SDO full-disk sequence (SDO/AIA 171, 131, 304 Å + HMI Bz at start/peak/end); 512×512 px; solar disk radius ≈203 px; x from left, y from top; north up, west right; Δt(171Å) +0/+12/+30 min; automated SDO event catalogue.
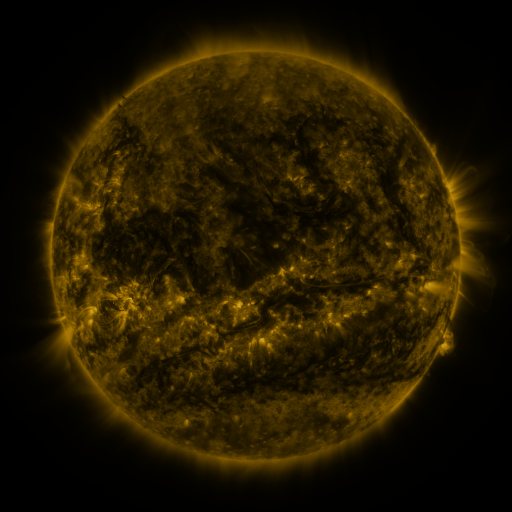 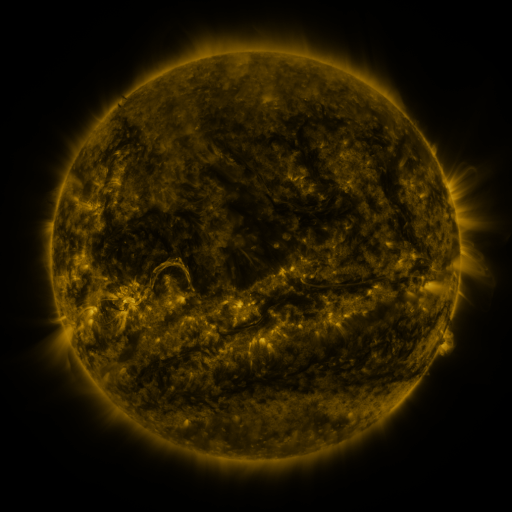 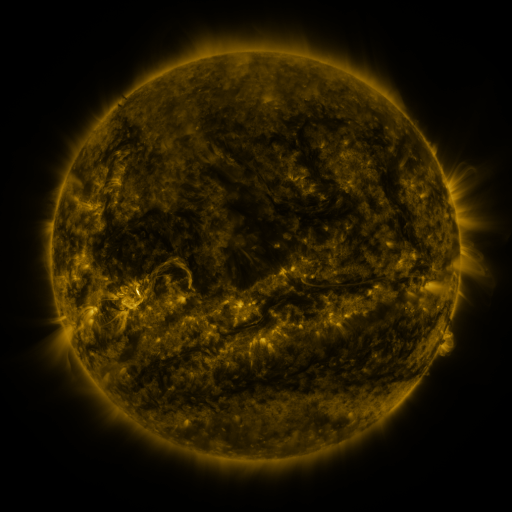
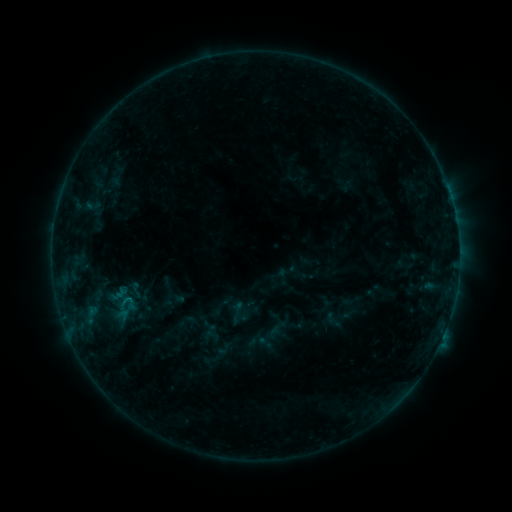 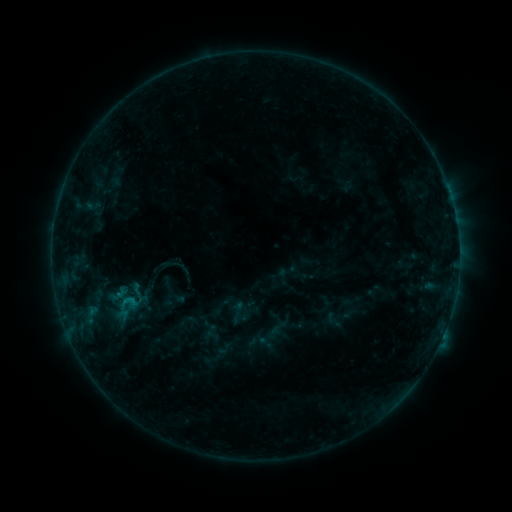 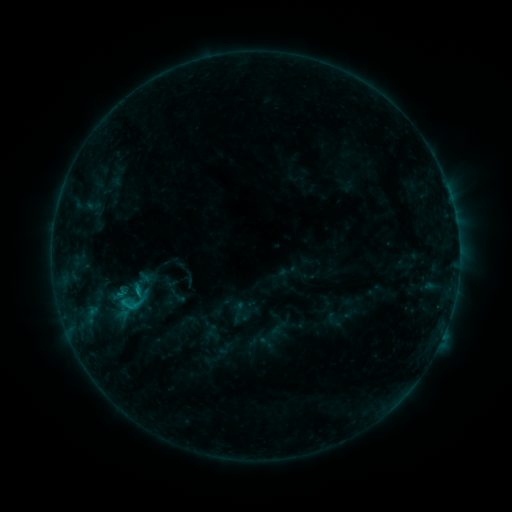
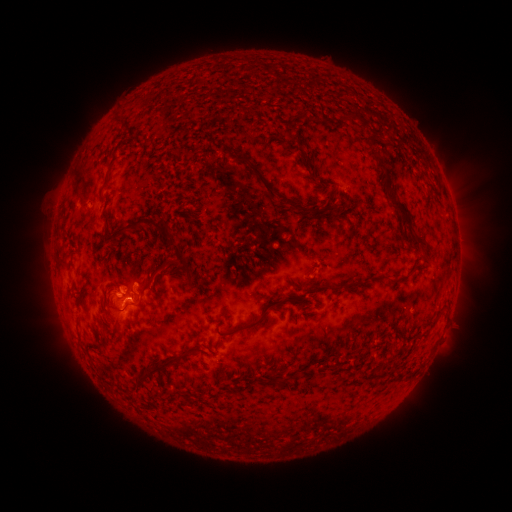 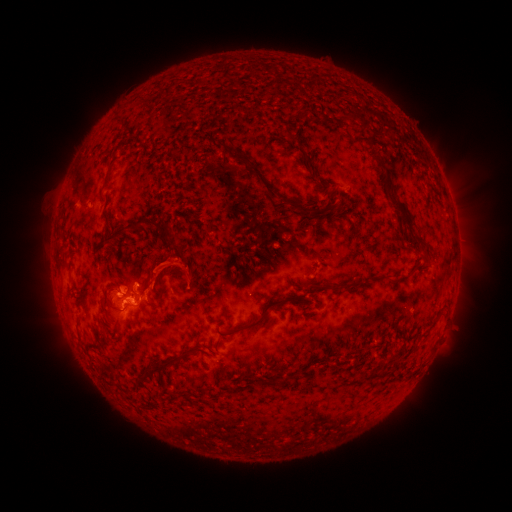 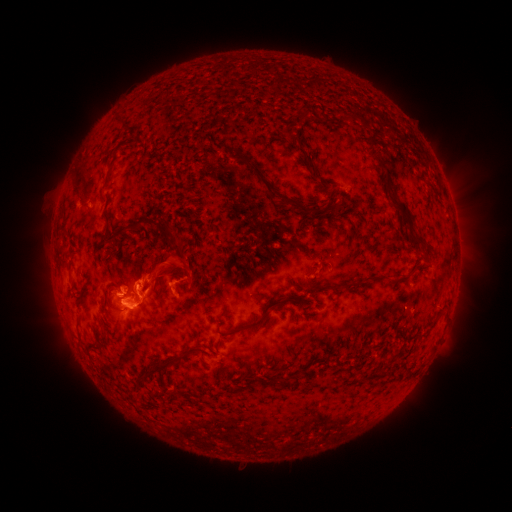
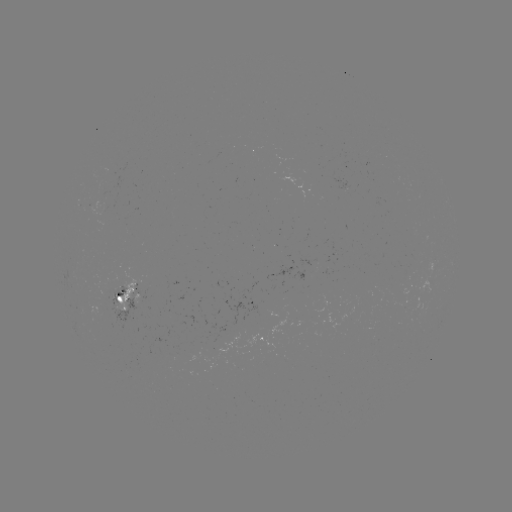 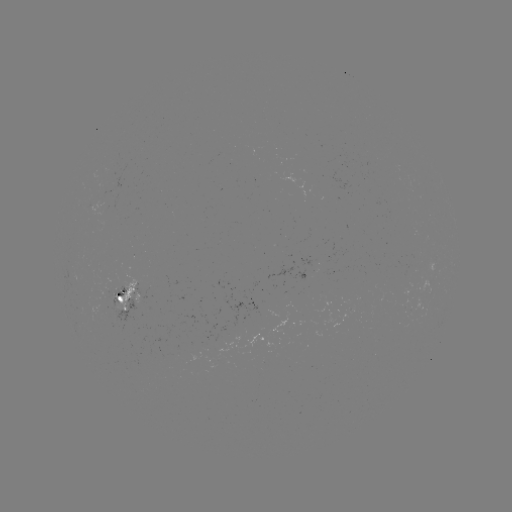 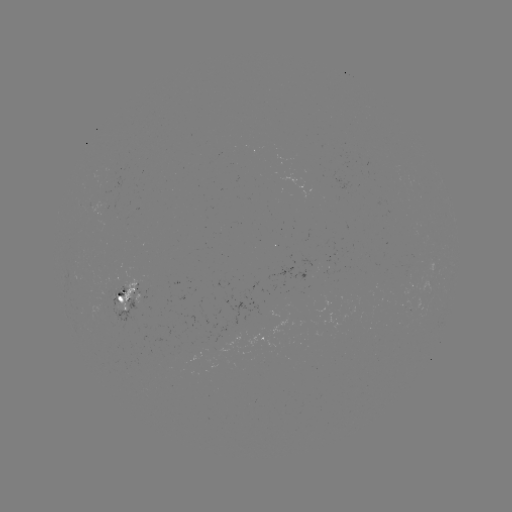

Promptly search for eruption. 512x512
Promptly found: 151,287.